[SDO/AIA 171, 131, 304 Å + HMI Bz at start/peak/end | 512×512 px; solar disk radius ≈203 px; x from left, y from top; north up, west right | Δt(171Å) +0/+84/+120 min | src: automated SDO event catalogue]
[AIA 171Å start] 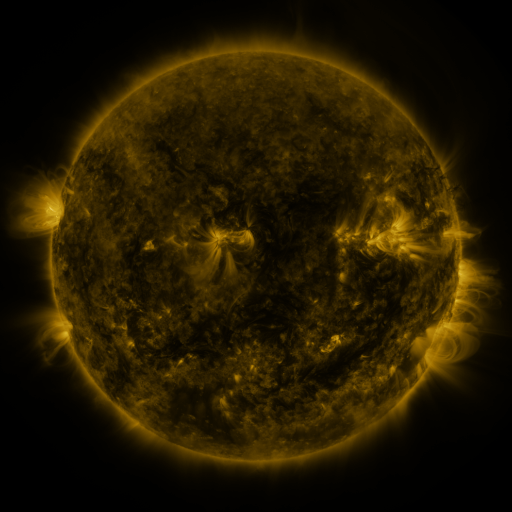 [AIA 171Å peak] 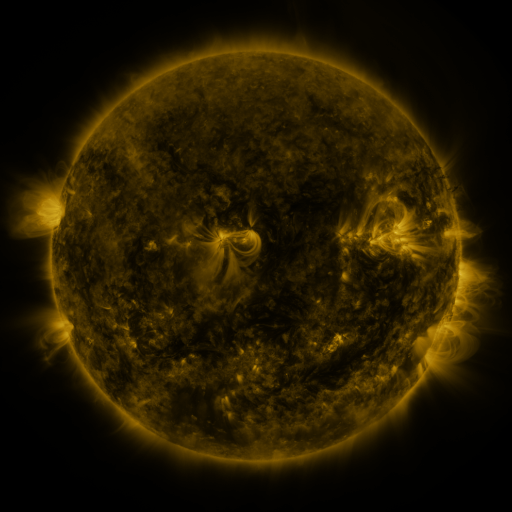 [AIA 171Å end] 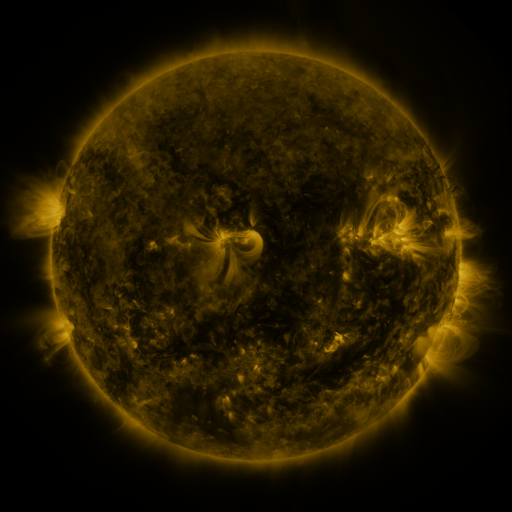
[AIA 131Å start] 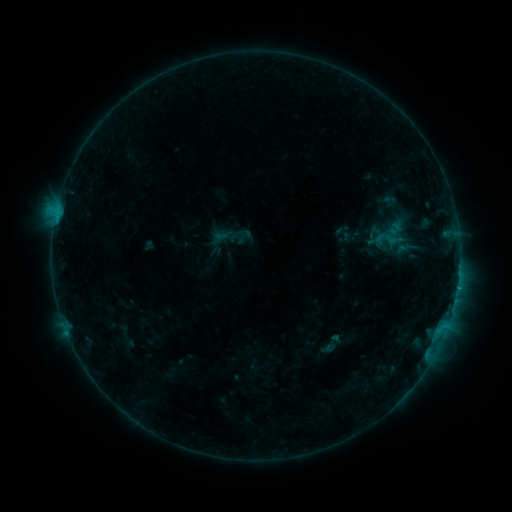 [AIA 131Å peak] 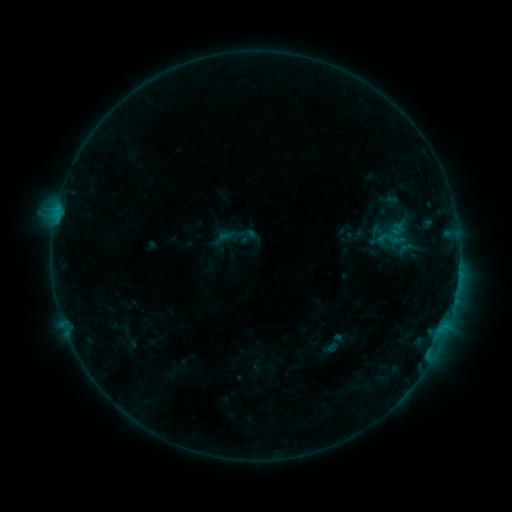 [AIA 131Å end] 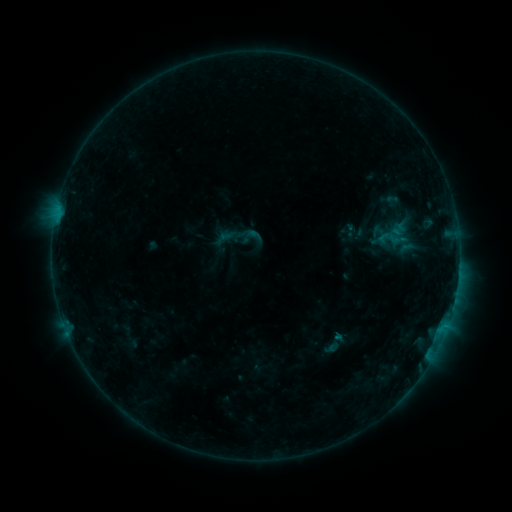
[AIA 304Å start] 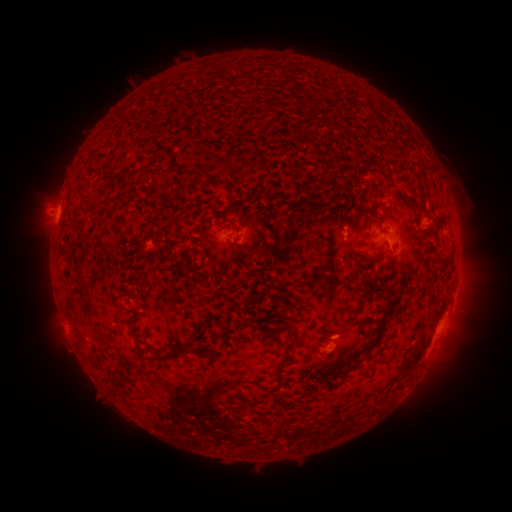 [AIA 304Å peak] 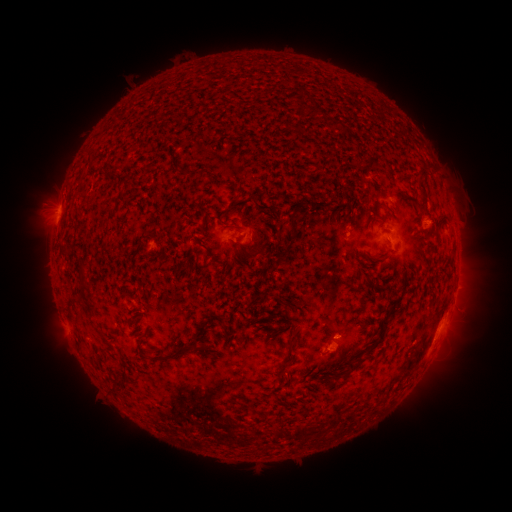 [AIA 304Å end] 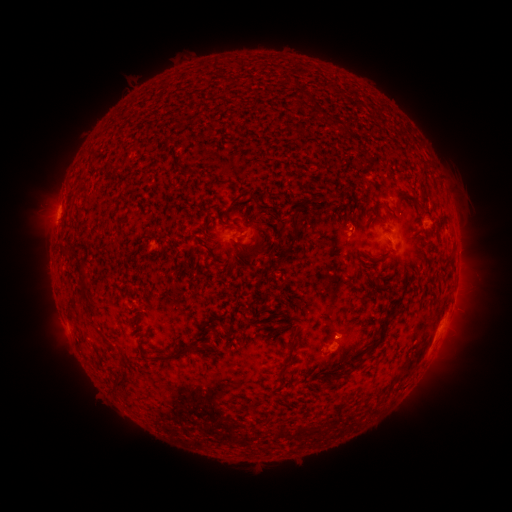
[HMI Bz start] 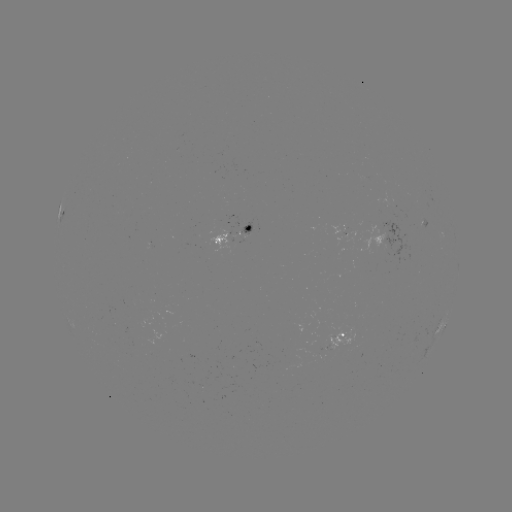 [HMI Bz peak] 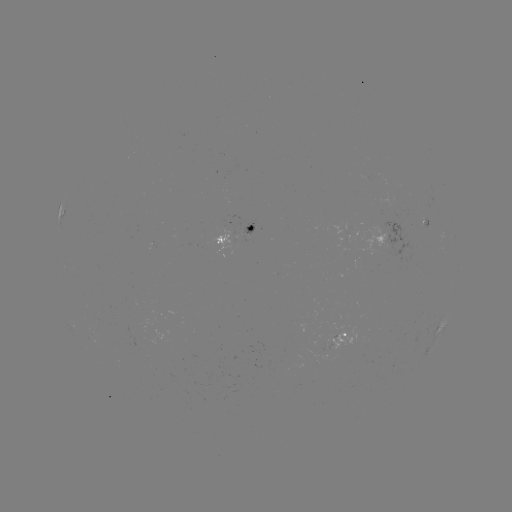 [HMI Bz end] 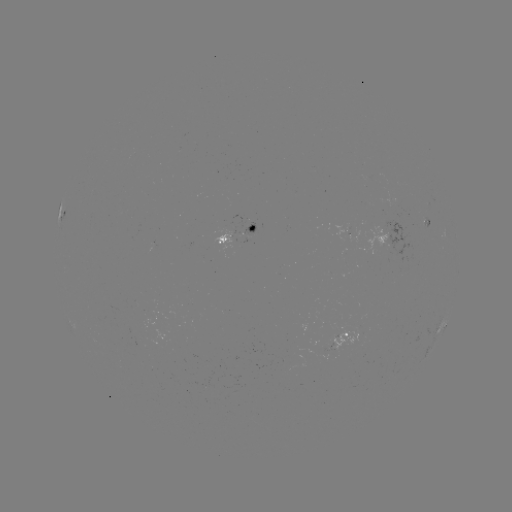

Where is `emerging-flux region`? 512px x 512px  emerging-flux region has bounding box [242, 222, 254, 237].